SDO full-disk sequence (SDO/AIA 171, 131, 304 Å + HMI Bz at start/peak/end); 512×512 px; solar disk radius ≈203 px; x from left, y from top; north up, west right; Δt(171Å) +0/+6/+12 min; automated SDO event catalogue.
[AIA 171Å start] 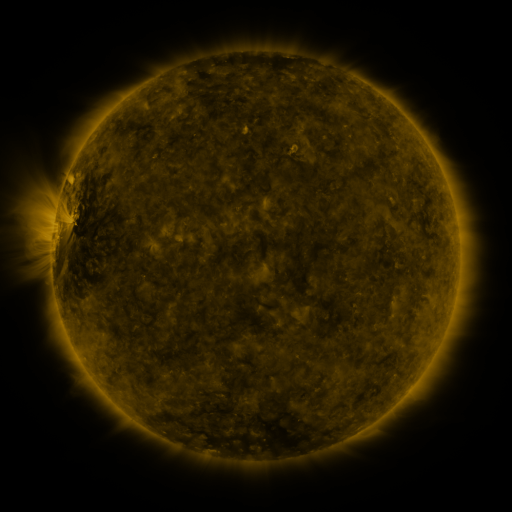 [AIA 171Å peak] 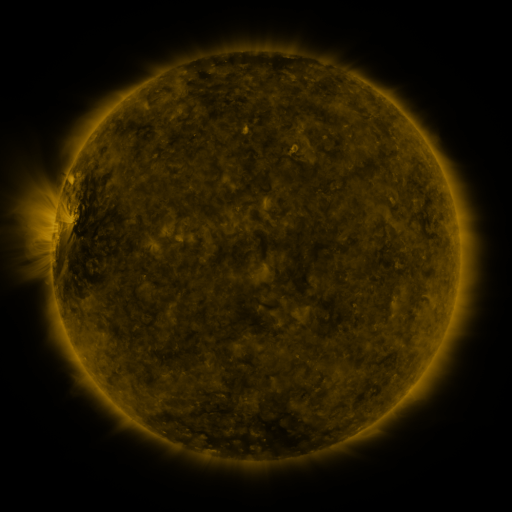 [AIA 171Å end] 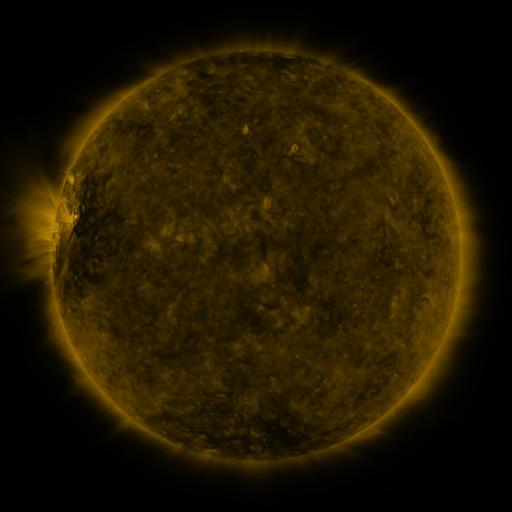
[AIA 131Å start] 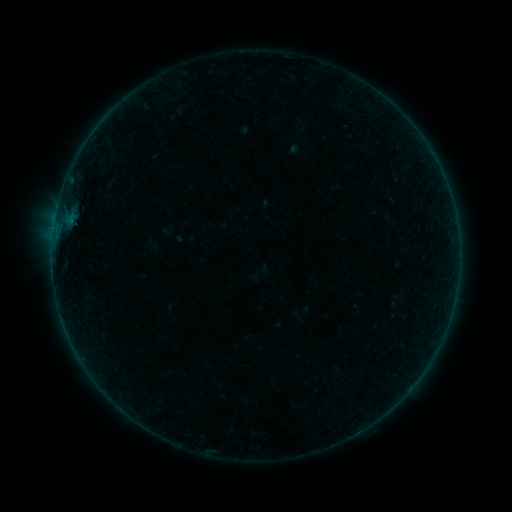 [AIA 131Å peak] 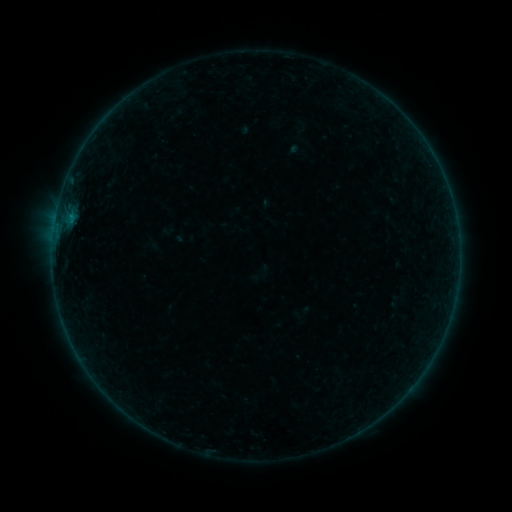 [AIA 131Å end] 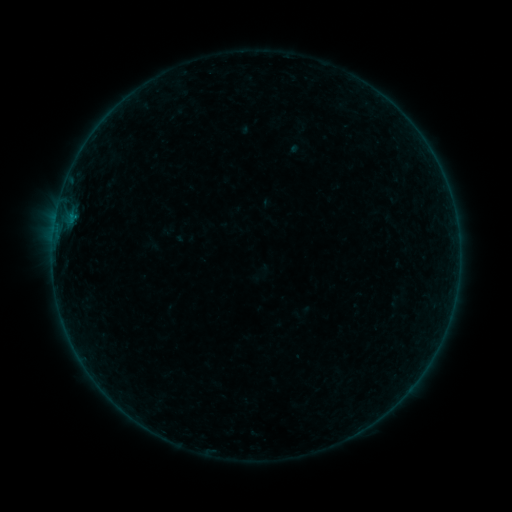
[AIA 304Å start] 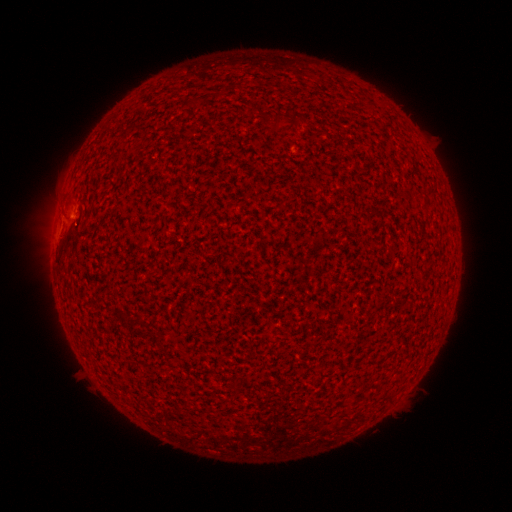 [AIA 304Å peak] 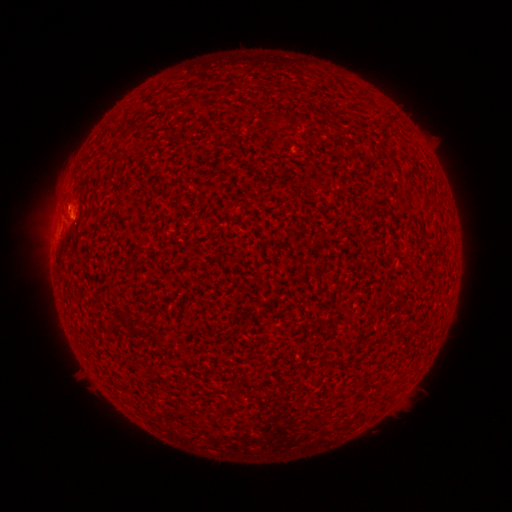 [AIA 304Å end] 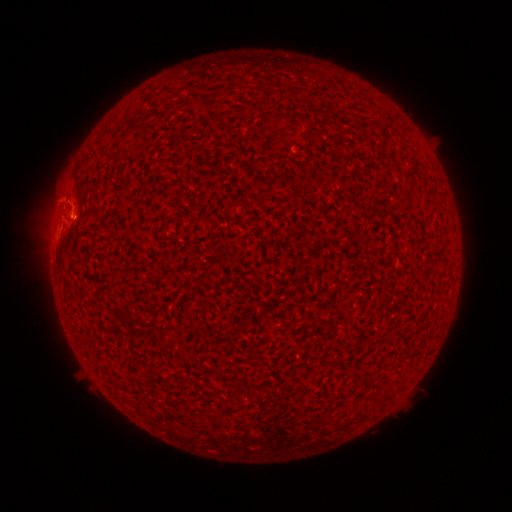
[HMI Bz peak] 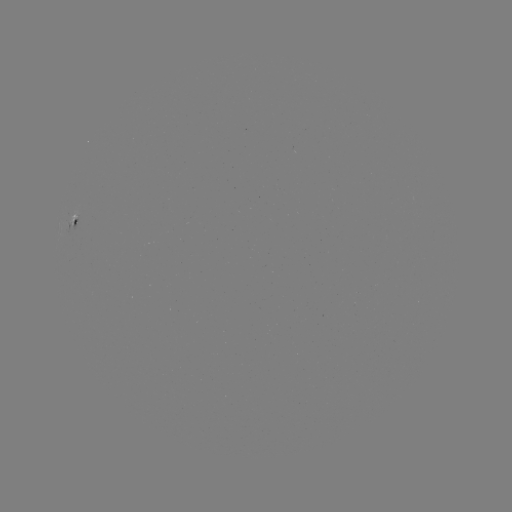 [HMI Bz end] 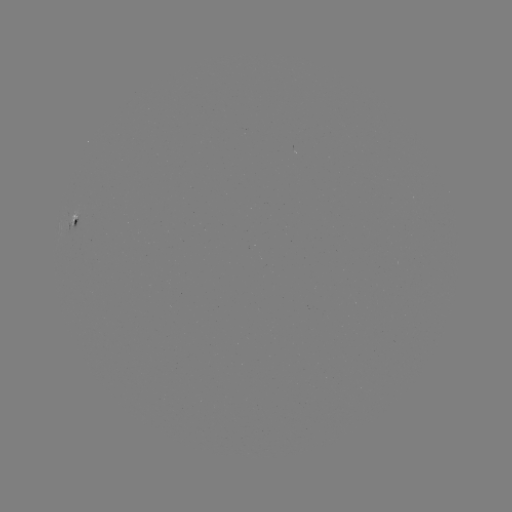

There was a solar eruption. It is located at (67, 200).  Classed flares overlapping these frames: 1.